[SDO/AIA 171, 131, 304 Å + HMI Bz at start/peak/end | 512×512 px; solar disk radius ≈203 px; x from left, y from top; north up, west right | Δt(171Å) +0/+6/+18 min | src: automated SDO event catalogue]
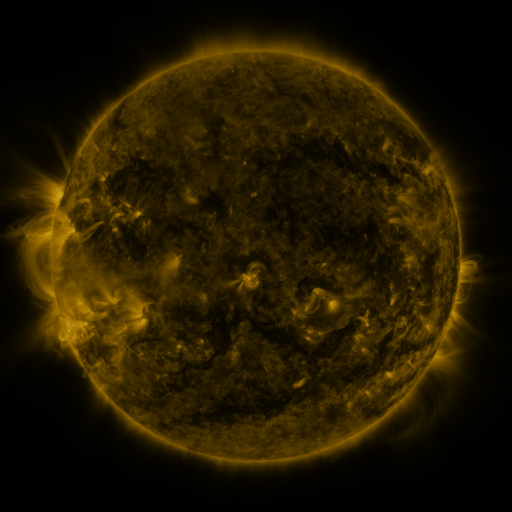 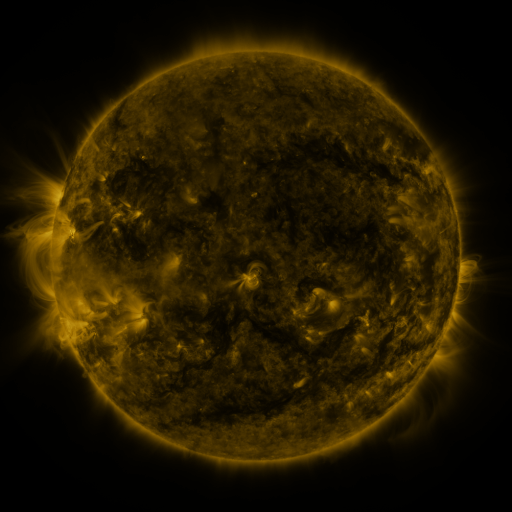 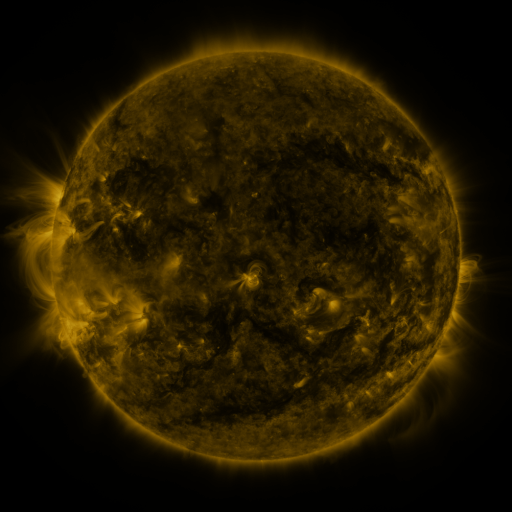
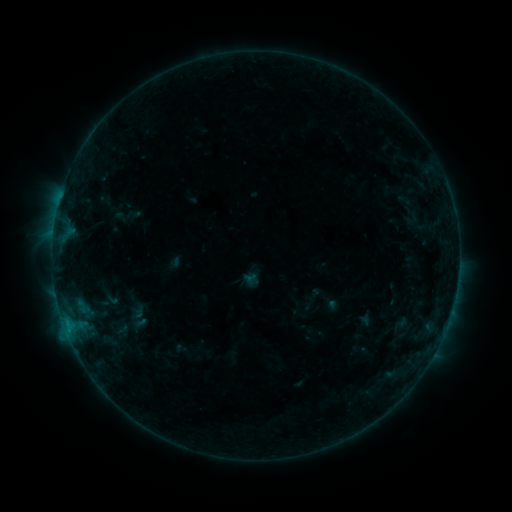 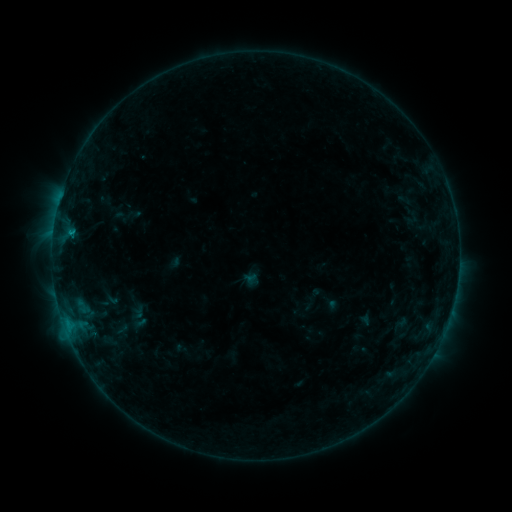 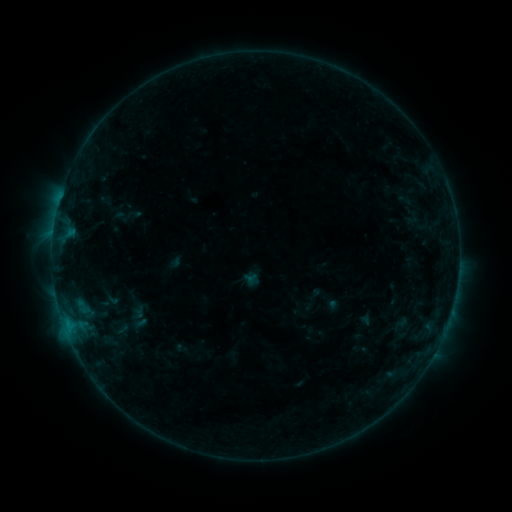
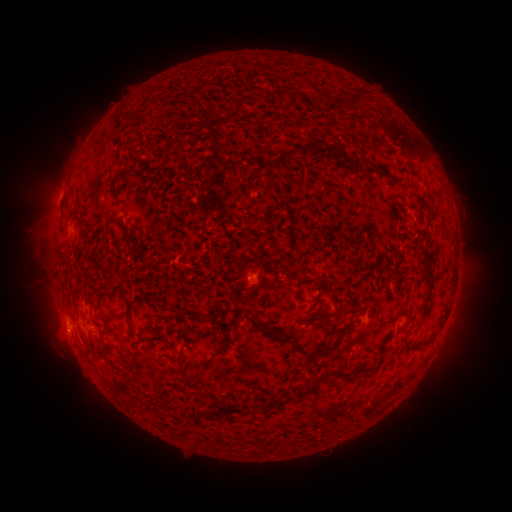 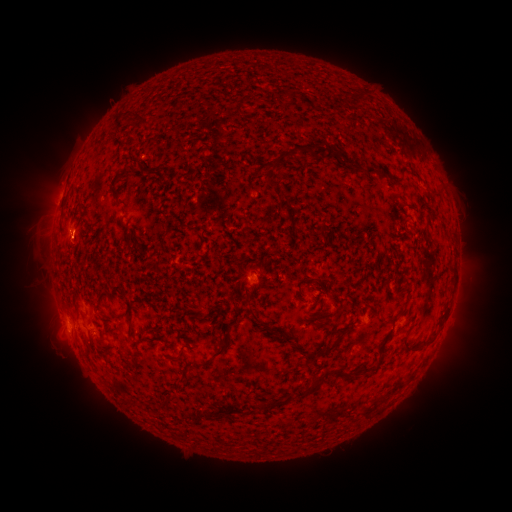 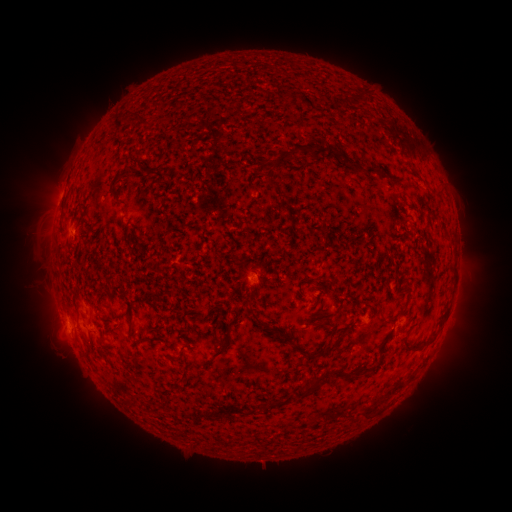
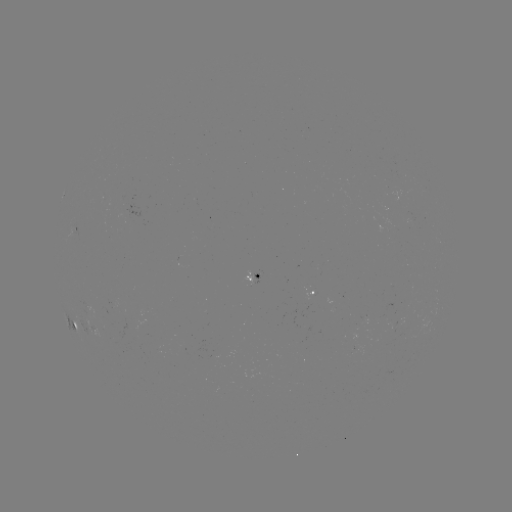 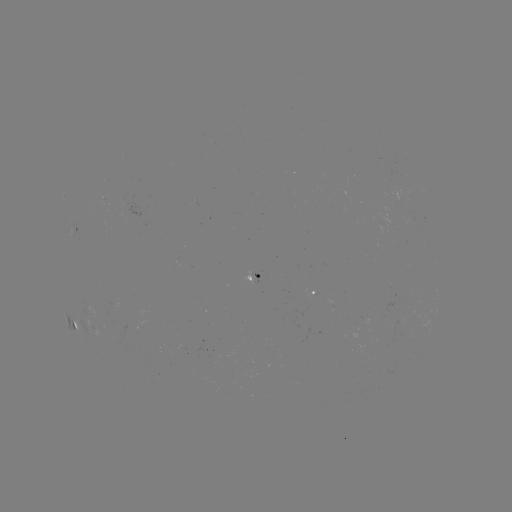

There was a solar flare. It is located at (72, 234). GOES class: B4.1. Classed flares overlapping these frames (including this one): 1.